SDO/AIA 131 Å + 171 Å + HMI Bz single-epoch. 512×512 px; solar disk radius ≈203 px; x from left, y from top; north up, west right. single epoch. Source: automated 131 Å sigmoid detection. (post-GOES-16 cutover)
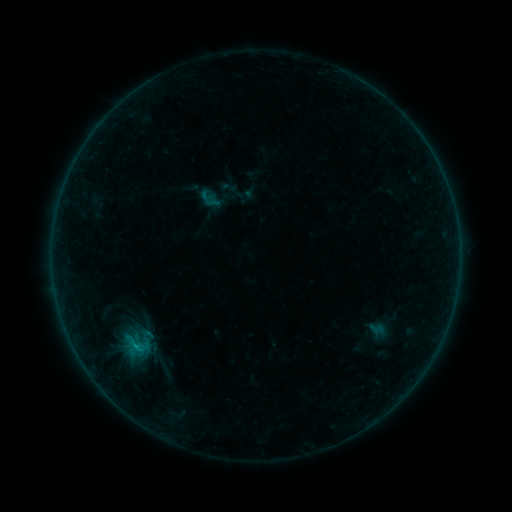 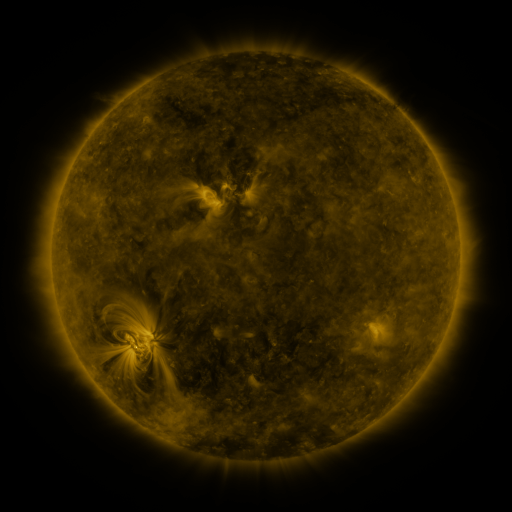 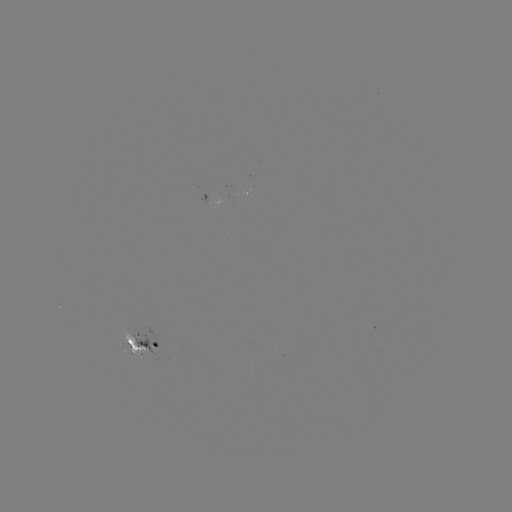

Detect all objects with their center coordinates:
sigmoid: (199, 189, 221, 211)
sigmoid: (123, 336, 152, 357)
